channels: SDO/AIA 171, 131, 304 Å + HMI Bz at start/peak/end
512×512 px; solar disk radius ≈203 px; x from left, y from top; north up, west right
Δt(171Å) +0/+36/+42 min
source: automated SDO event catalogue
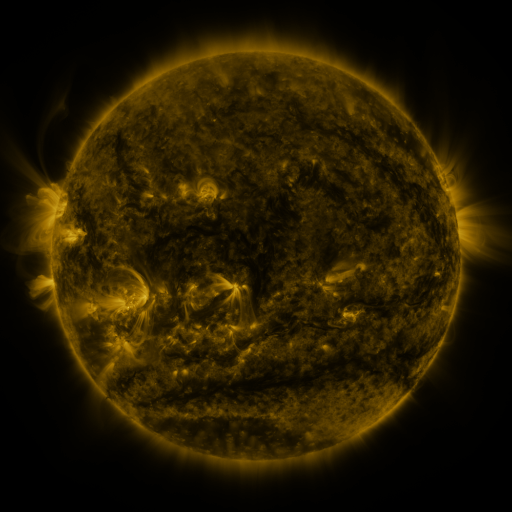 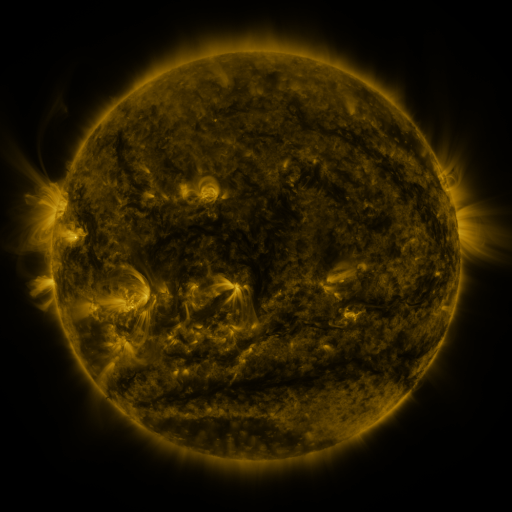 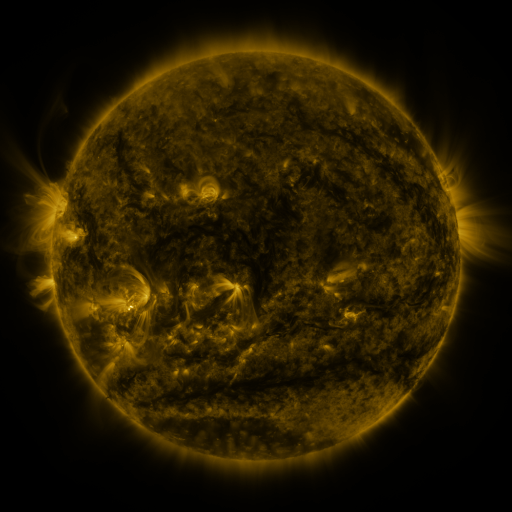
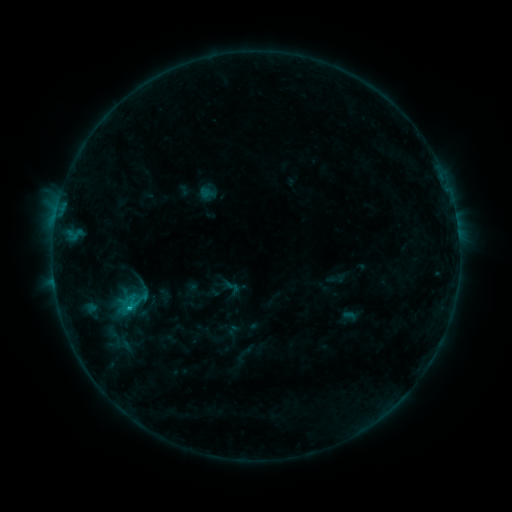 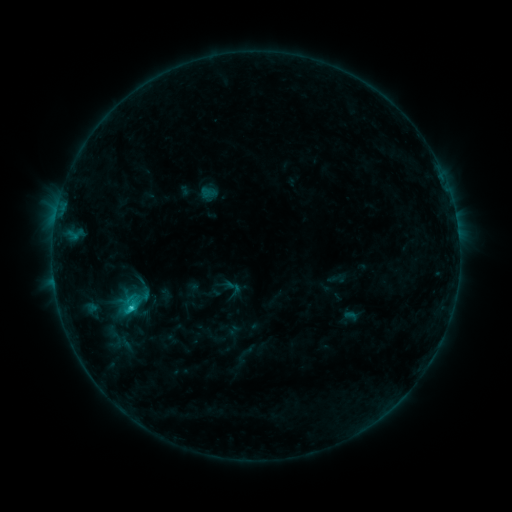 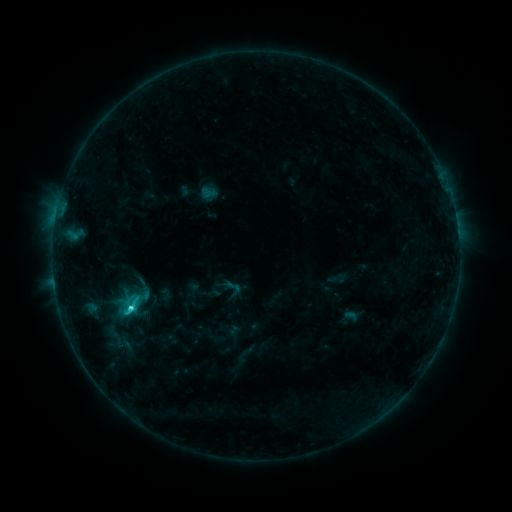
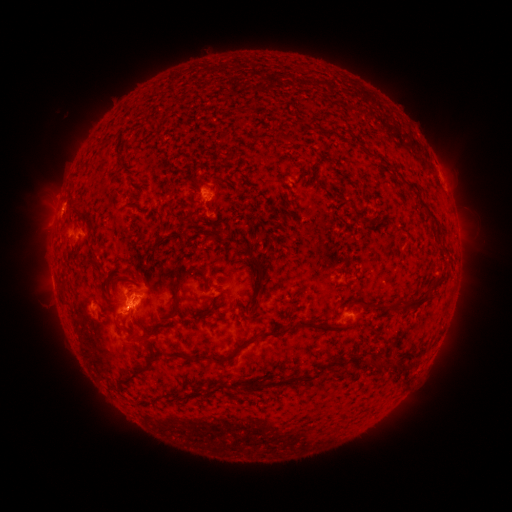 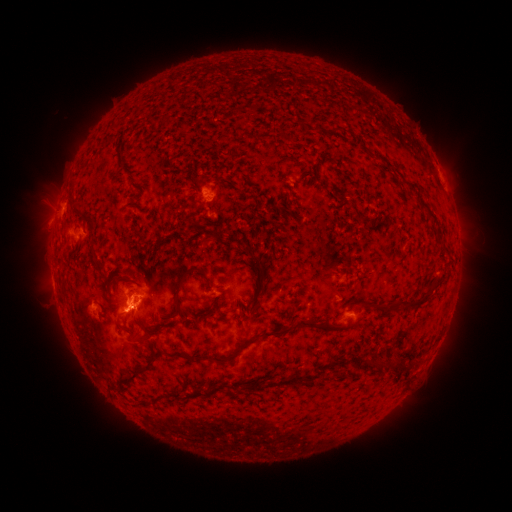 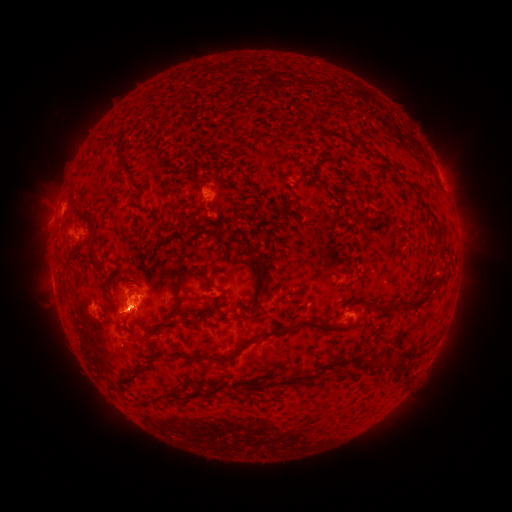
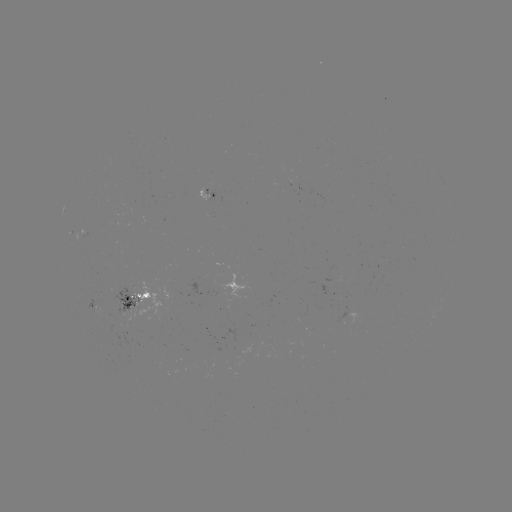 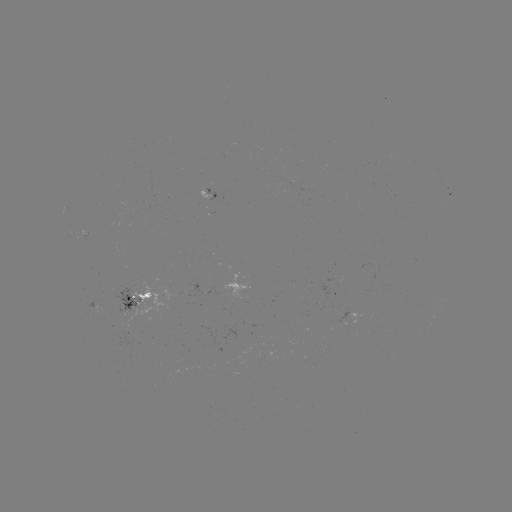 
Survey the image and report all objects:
C2.2 flare: (133, 305)
